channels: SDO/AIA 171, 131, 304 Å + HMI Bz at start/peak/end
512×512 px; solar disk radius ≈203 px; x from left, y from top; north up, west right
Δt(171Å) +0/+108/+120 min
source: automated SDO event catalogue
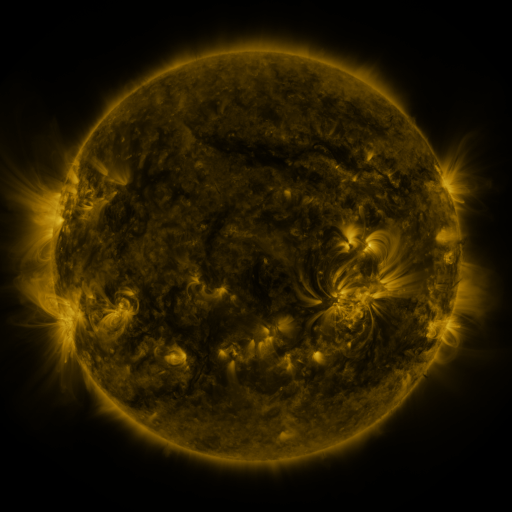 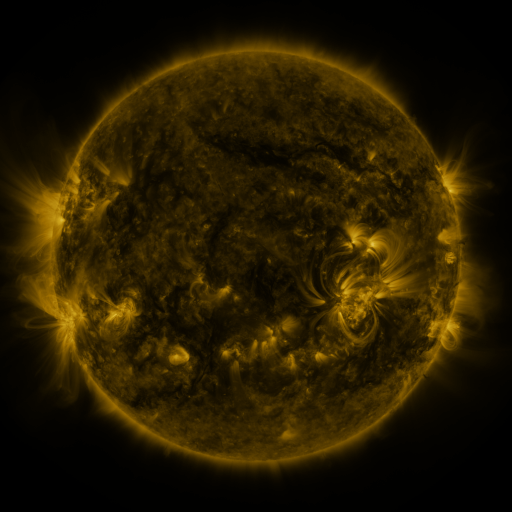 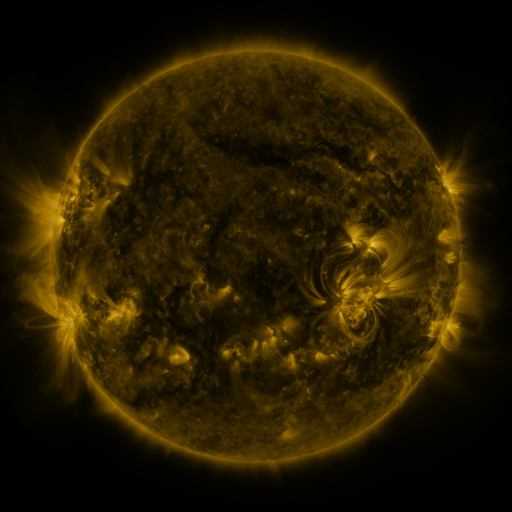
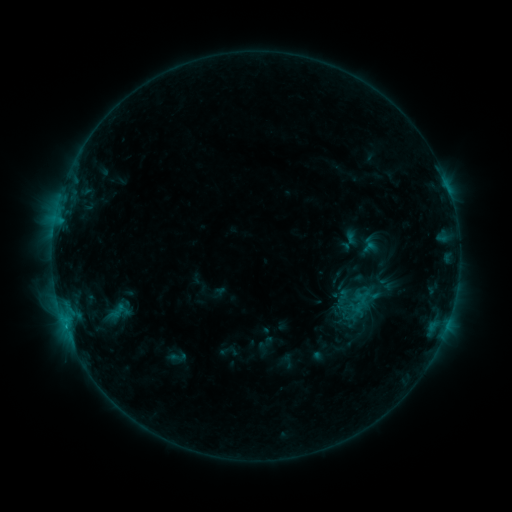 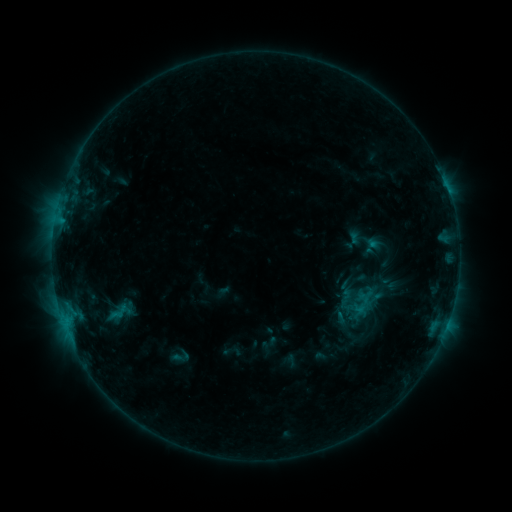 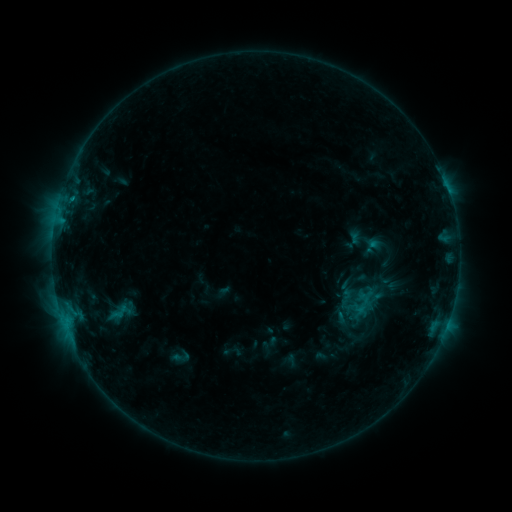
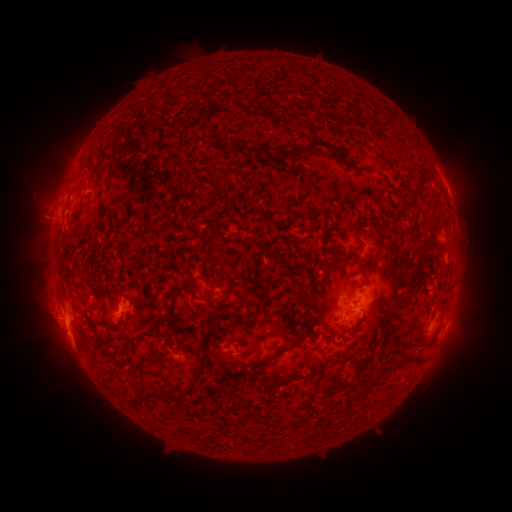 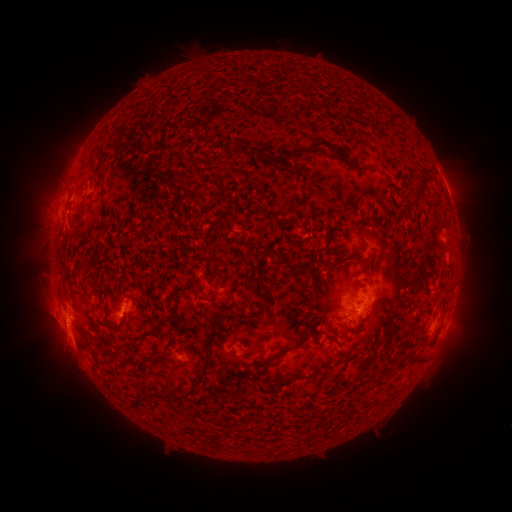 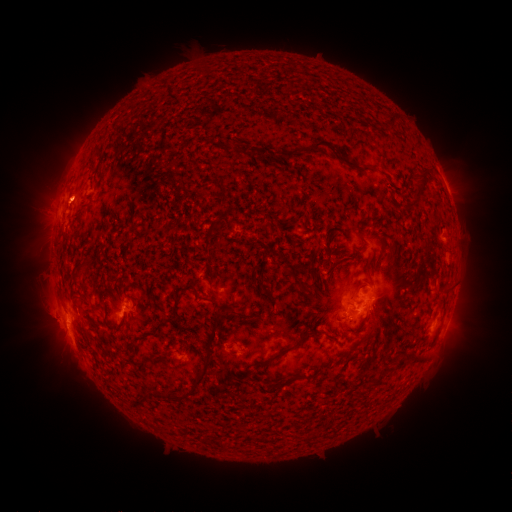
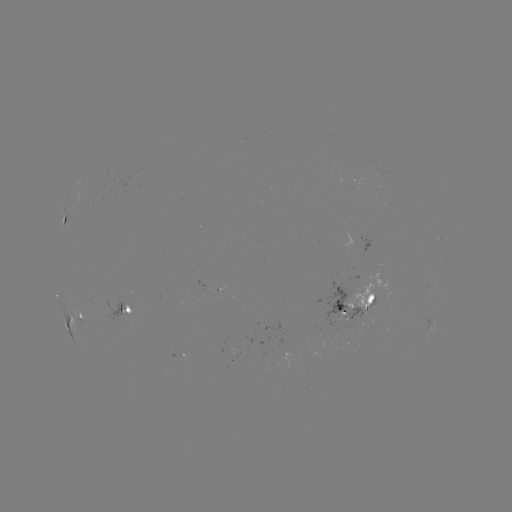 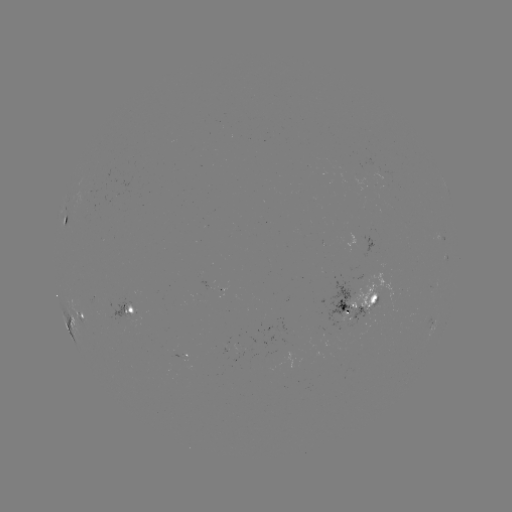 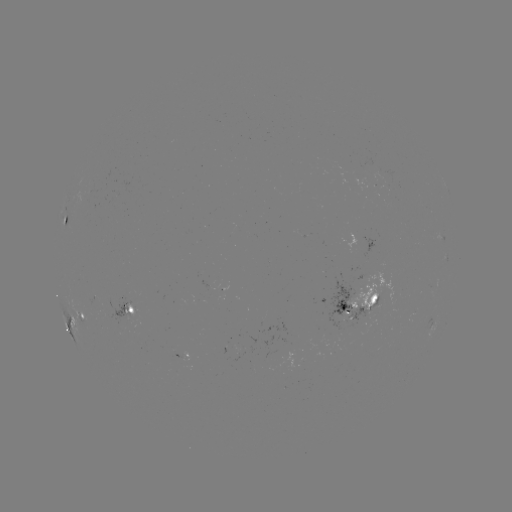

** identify emerging-flux region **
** (131, 317) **